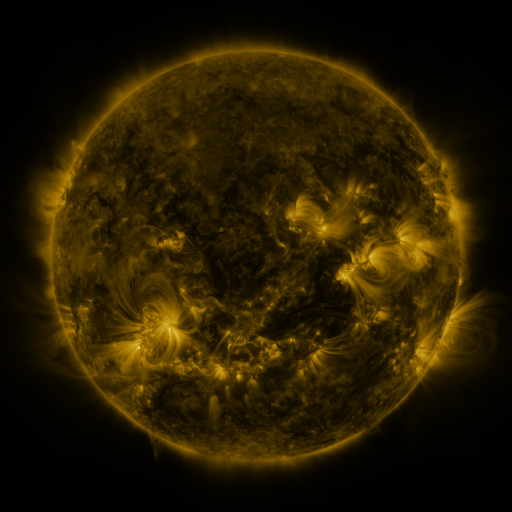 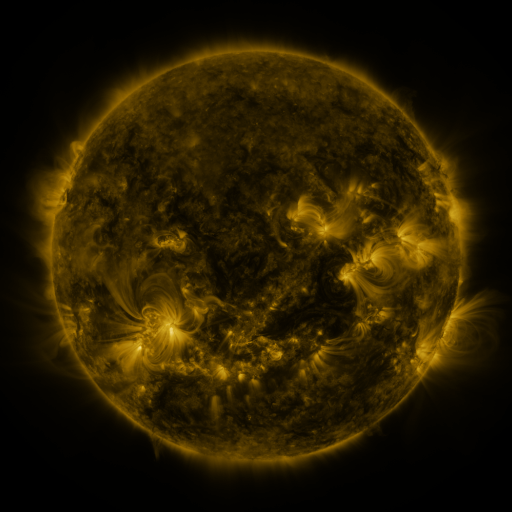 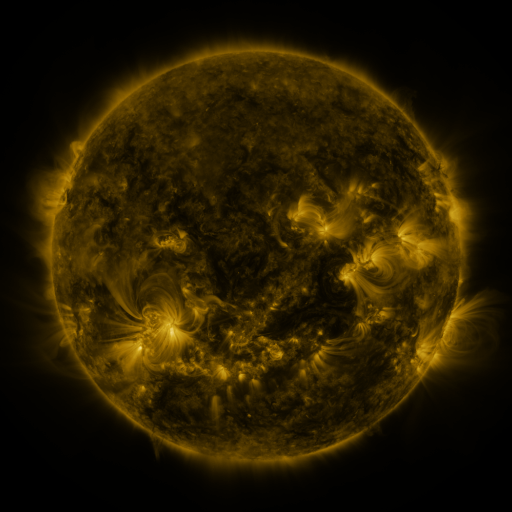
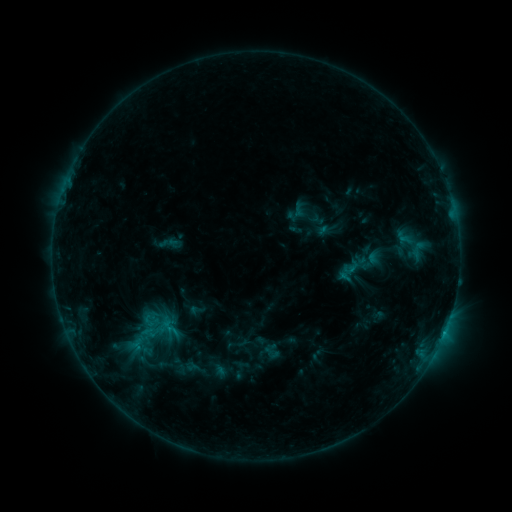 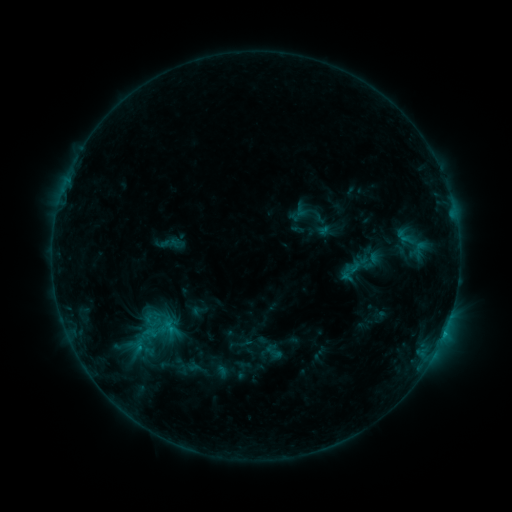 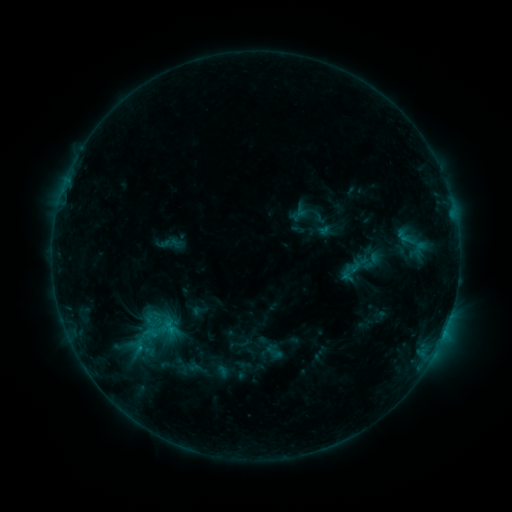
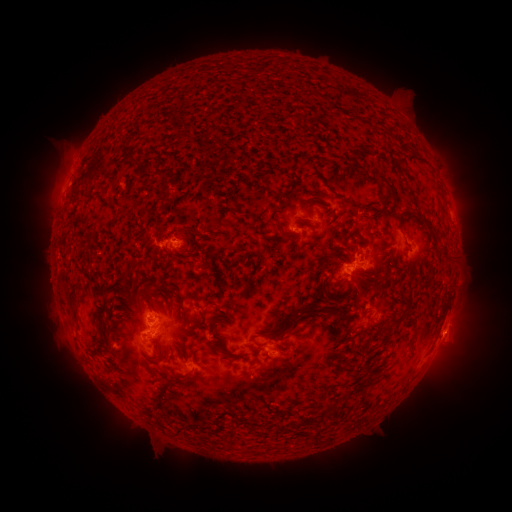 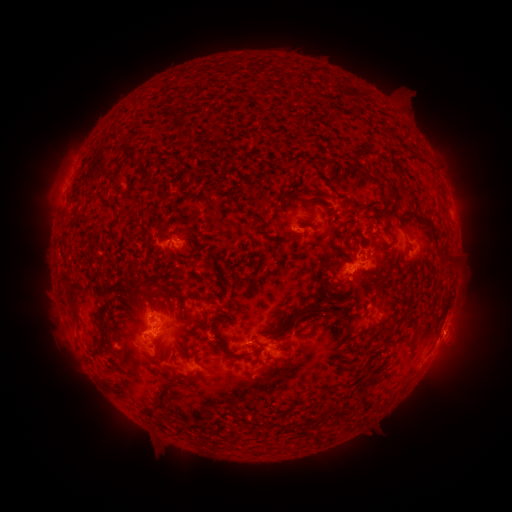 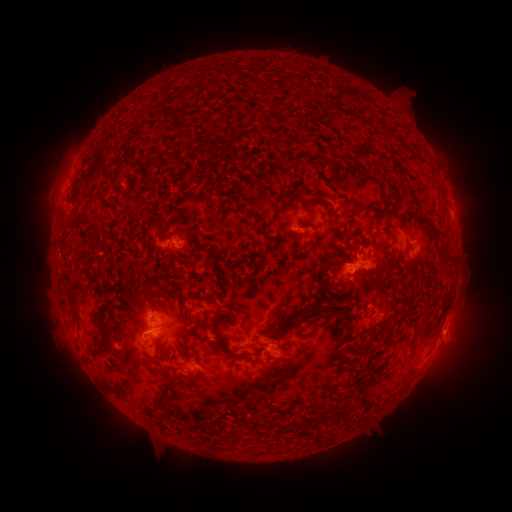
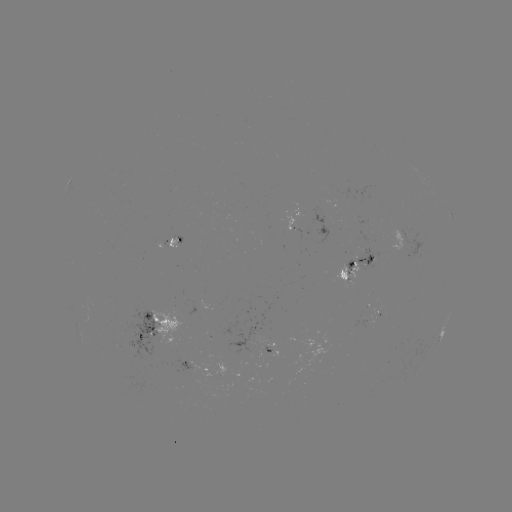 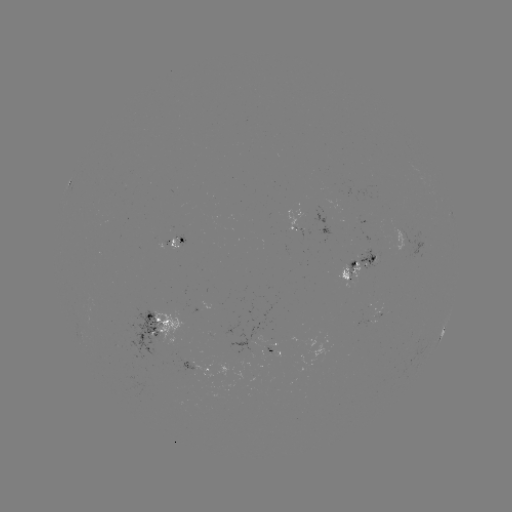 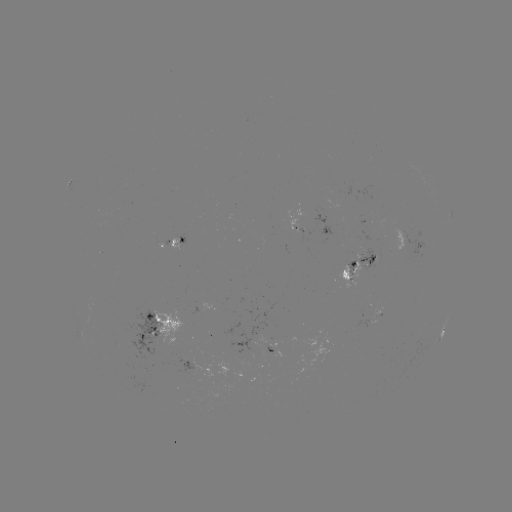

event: emerging-flux region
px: (403, 233)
